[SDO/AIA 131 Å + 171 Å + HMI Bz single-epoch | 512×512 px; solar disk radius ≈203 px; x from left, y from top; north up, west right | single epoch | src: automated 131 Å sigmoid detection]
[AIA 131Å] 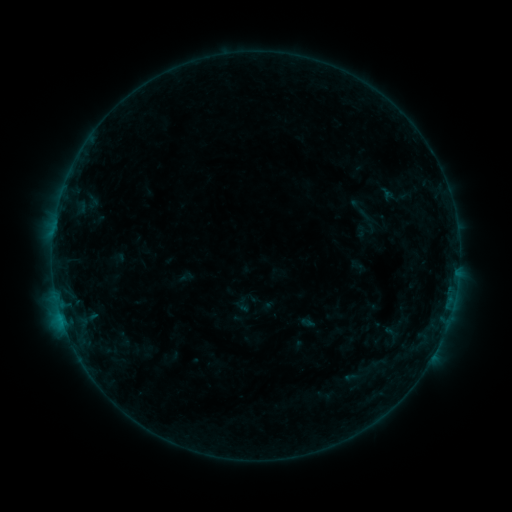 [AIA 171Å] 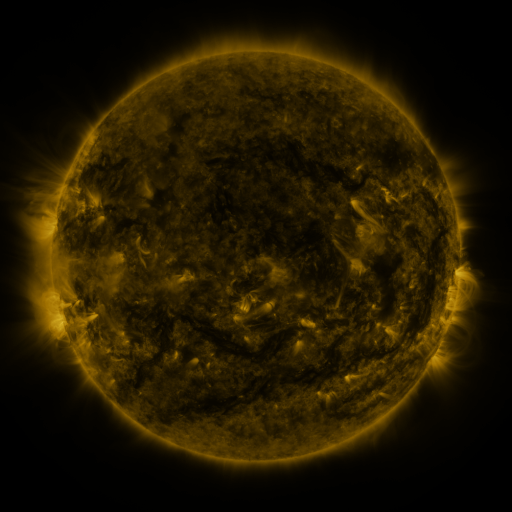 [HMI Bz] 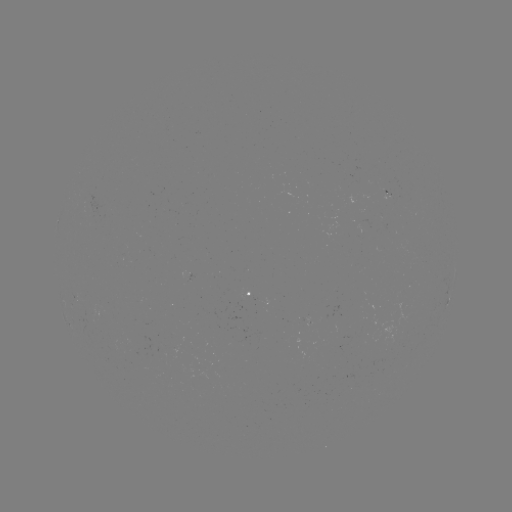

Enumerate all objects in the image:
sigmoid: (357, 207)
